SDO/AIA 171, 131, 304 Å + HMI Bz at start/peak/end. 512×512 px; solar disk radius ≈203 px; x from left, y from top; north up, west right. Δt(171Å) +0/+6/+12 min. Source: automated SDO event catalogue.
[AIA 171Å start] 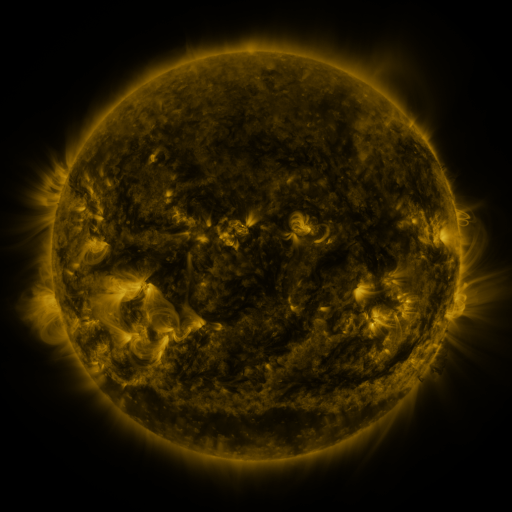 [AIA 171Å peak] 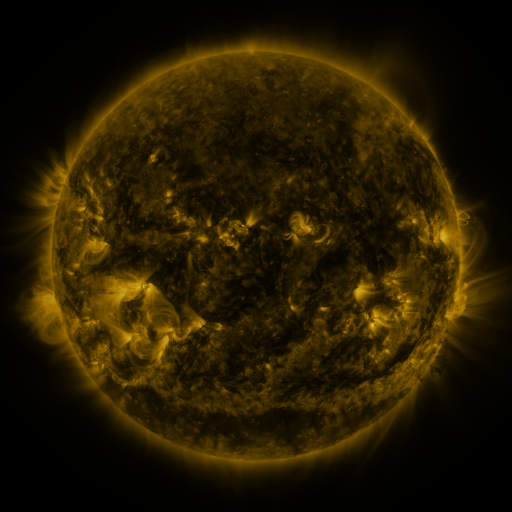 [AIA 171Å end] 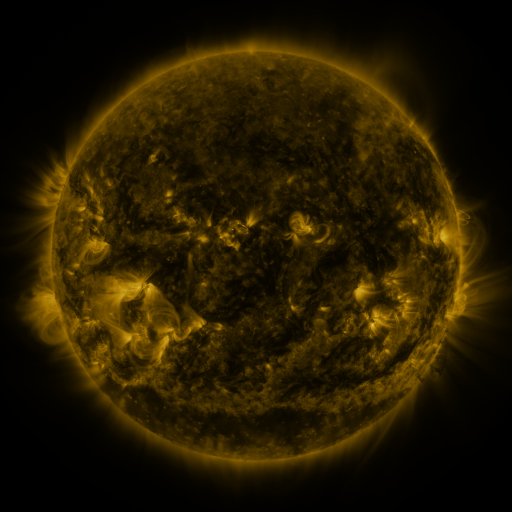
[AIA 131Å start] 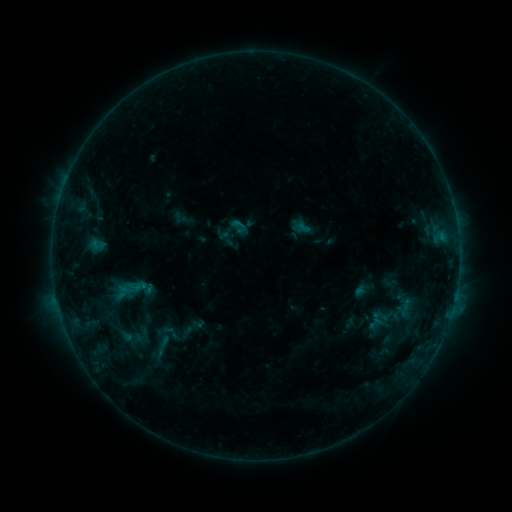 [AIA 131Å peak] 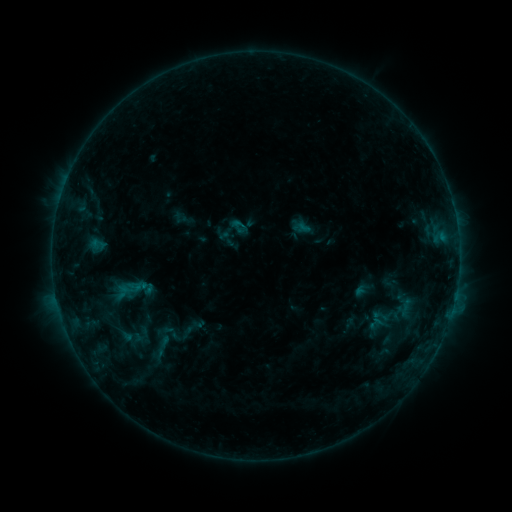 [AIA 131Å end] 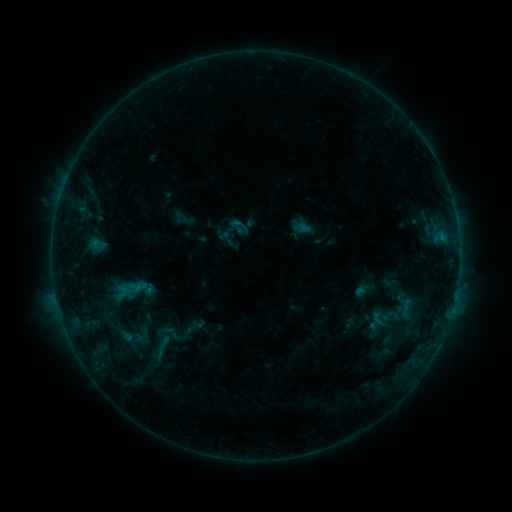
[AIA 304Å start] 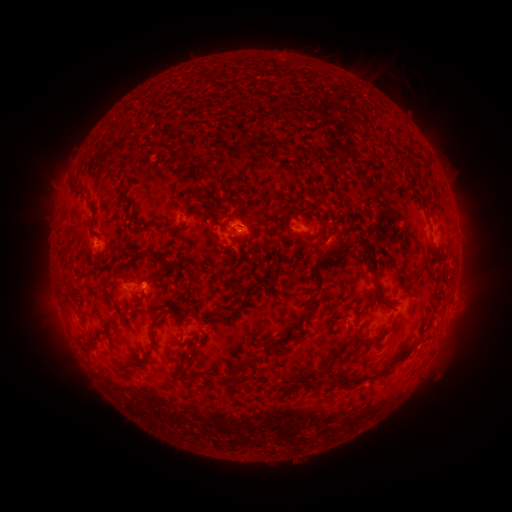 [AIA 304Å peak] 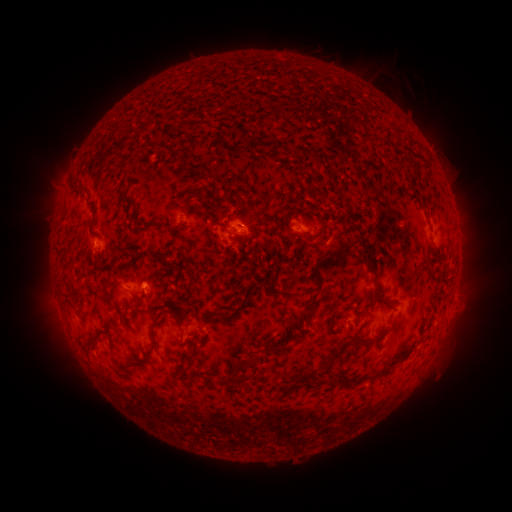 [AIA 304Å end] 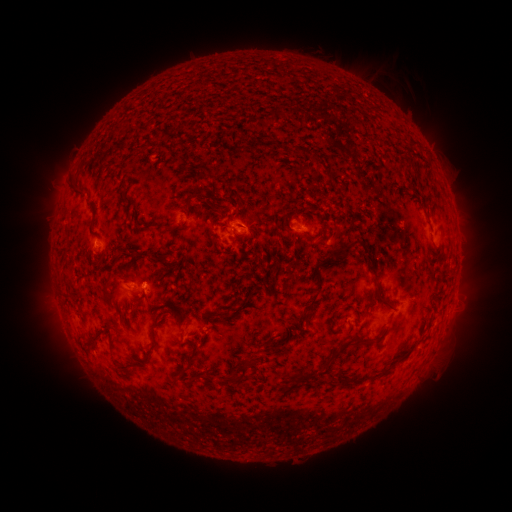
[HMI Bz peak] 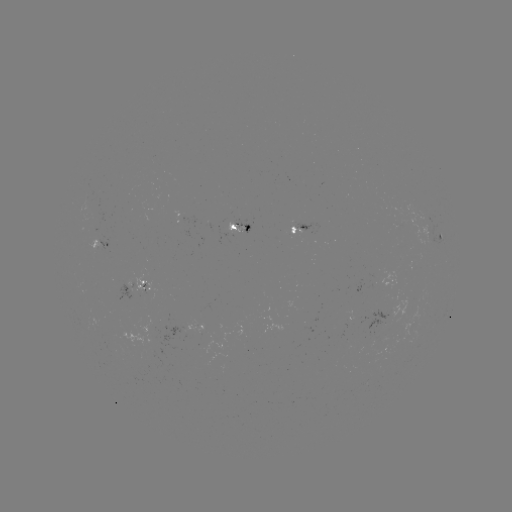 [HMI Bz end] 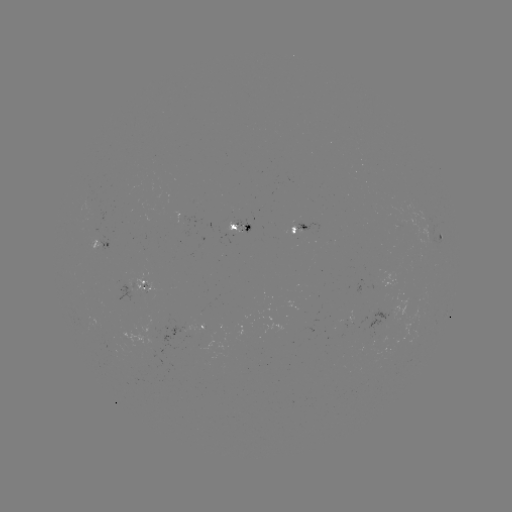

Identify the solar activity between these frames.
no catalogued flare and no flagged EUV brightening in this window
